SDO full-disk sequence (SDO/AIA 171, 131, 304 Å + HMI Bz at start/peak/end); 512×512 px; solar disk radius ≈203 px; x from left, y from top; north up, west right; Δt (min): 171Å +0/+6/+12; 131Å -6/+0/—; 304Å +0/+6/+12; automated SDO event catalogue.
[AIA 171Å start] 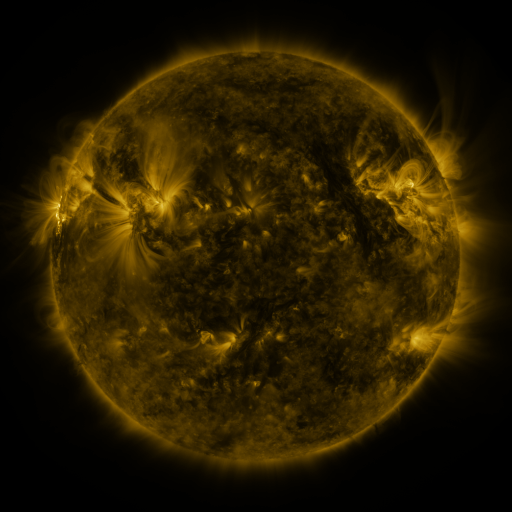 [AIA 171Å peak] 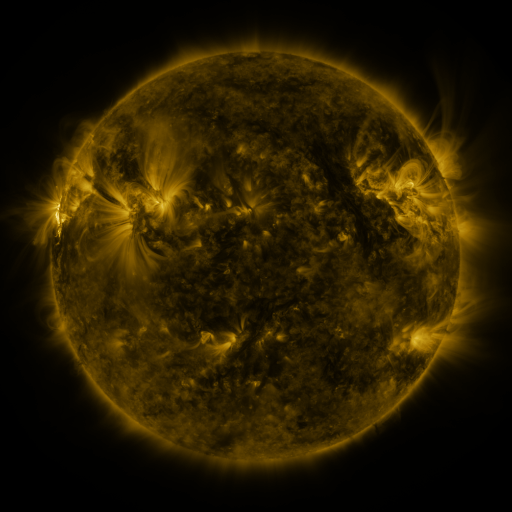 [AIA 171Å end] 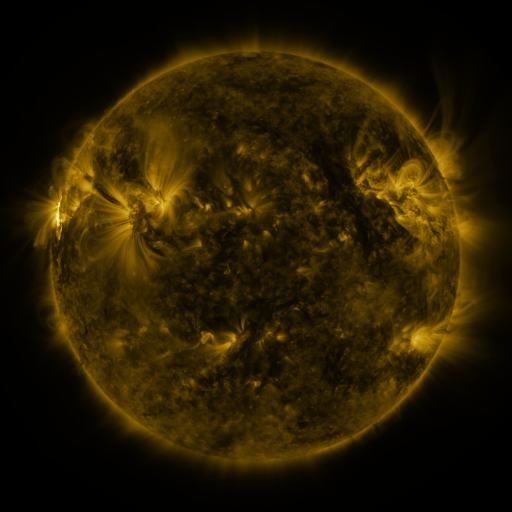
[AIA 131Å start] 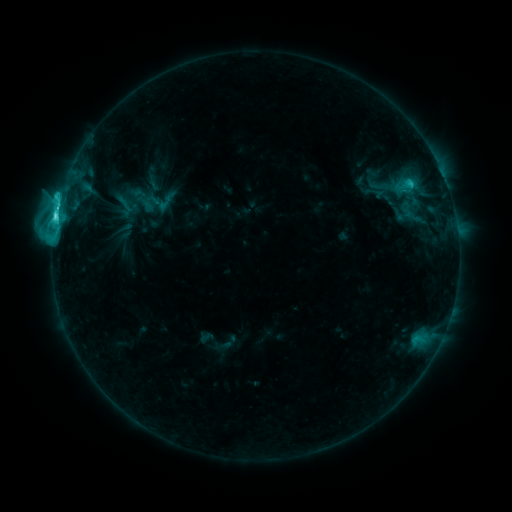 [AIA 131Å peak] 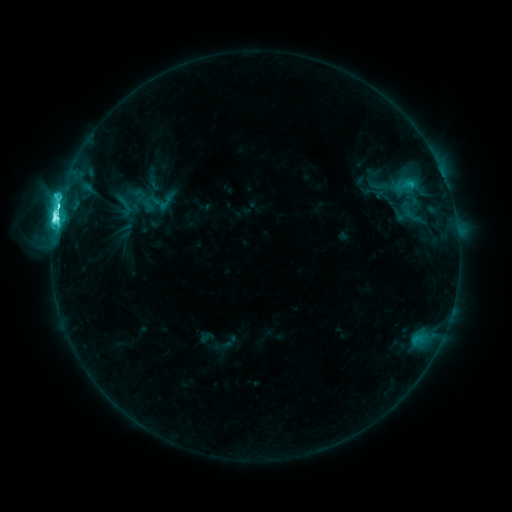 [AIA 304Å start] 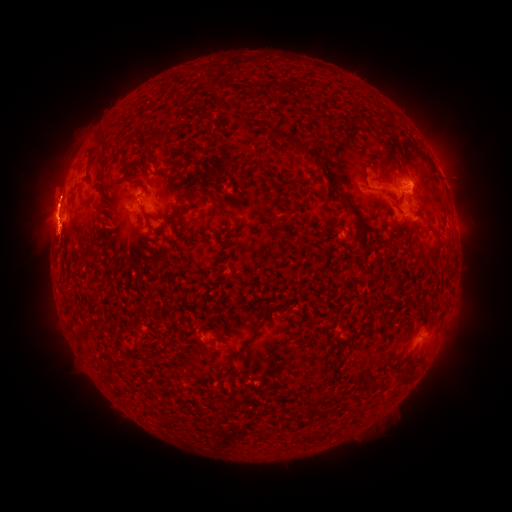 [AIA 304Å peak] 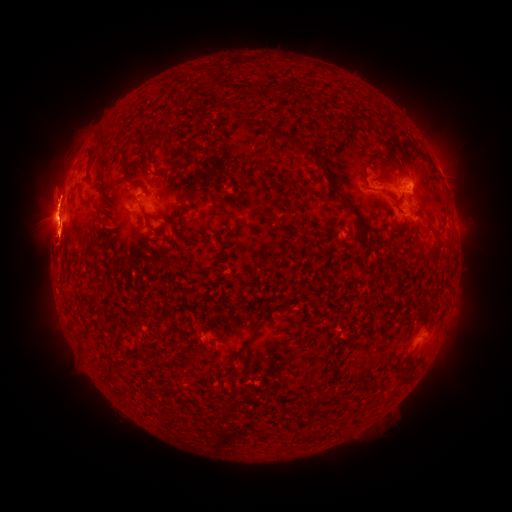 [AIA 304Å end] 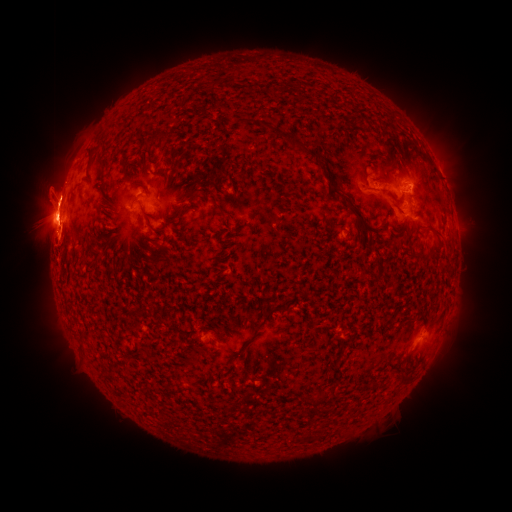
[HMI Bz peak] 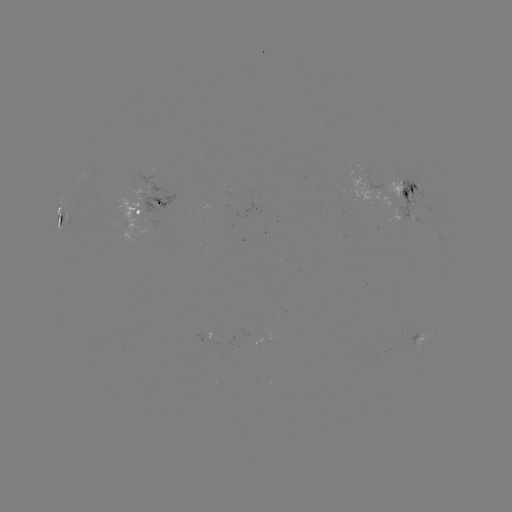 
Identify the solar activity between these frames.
eruption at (73, 235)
